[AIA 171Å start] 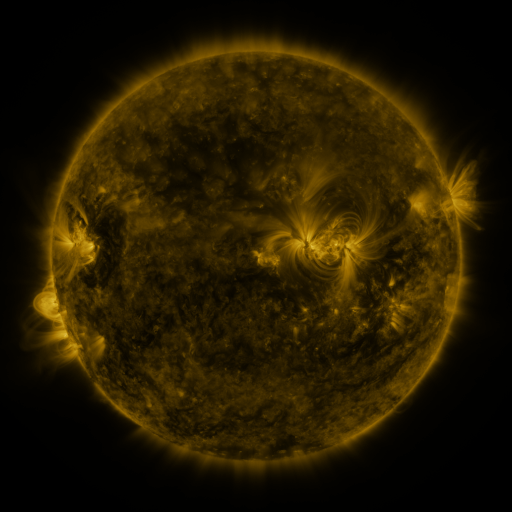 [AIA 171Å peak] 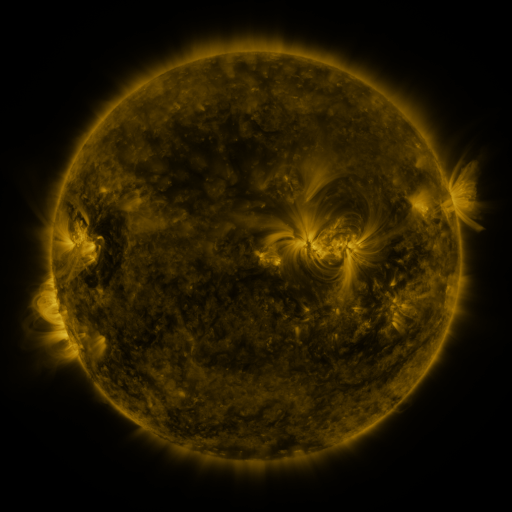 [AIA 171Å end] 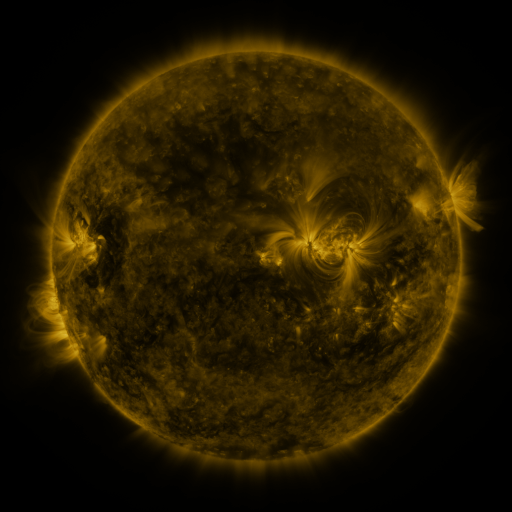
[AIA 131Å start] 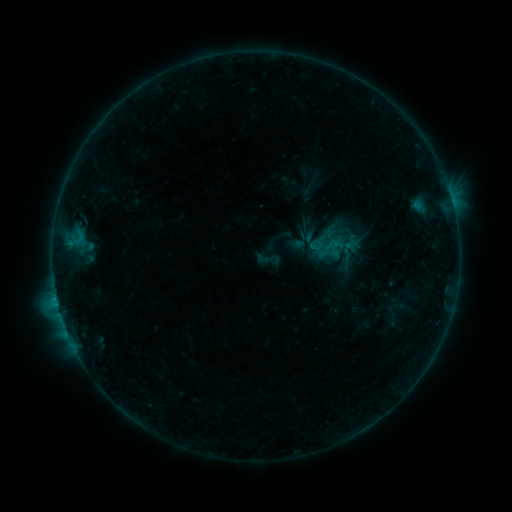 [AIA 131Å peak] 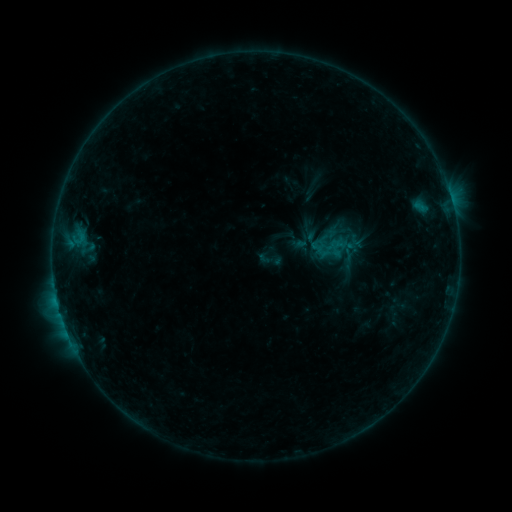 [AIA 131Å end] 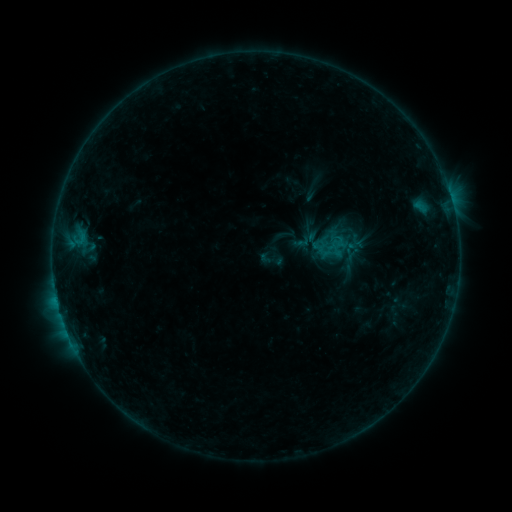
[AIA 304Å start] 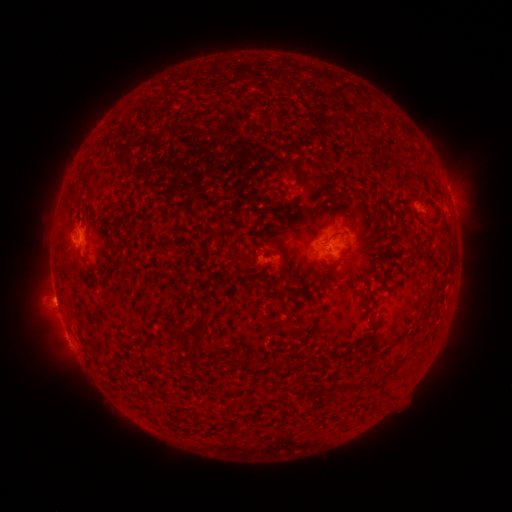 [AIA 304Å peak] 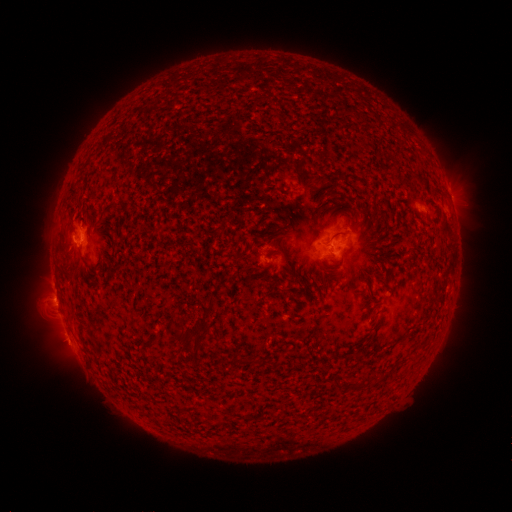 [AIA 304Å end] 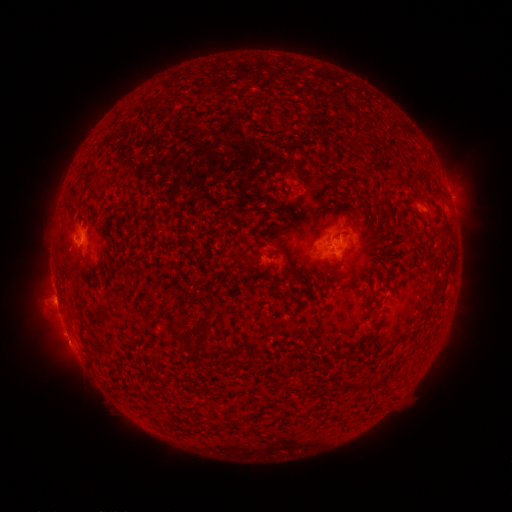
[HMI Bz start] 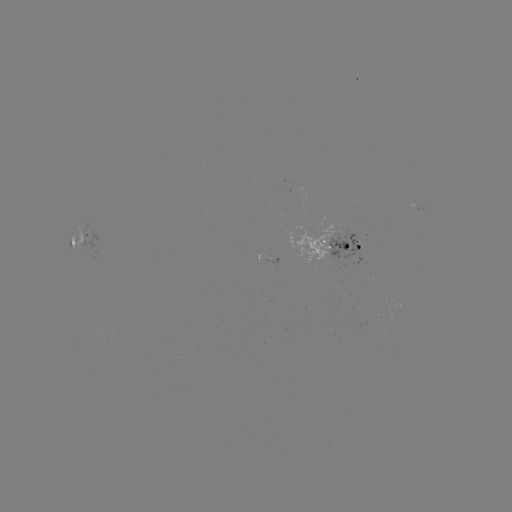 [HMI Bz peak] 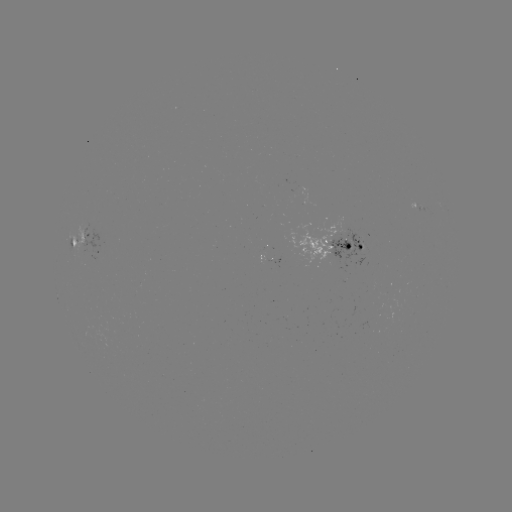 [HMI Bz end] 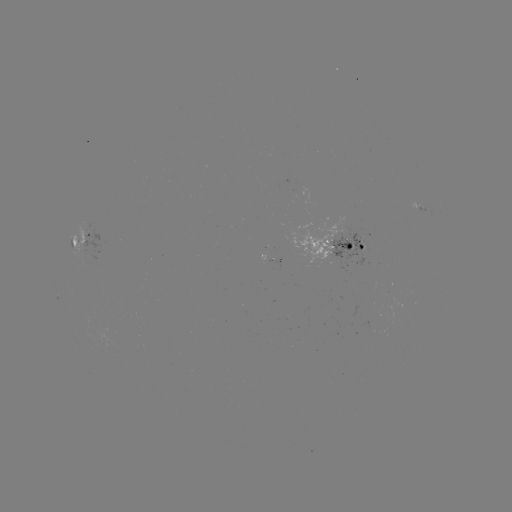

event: emerging-flux region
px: (349, 246)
